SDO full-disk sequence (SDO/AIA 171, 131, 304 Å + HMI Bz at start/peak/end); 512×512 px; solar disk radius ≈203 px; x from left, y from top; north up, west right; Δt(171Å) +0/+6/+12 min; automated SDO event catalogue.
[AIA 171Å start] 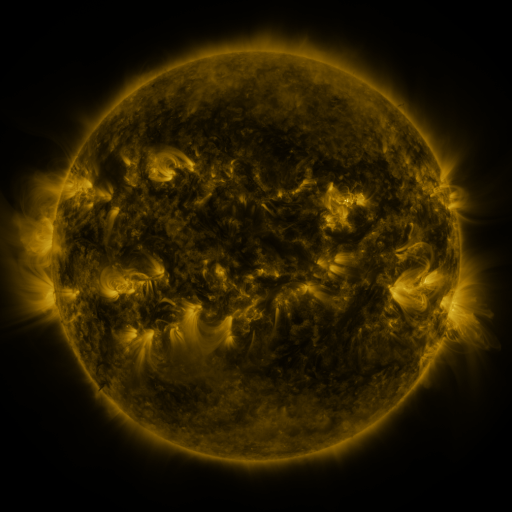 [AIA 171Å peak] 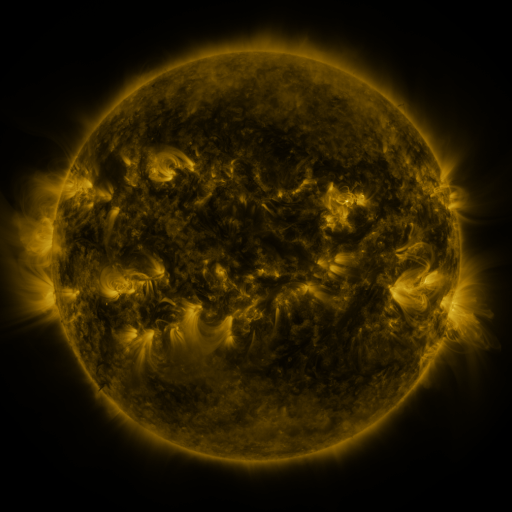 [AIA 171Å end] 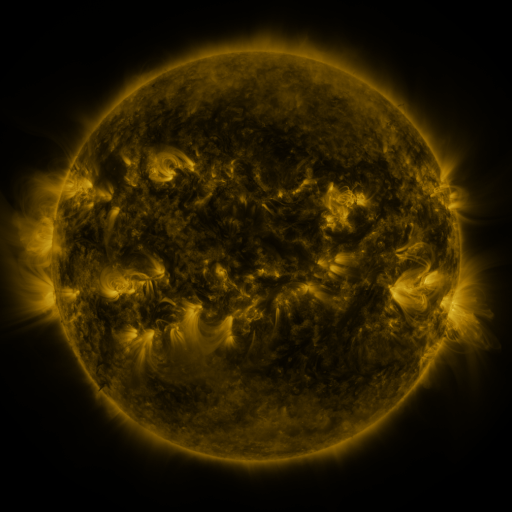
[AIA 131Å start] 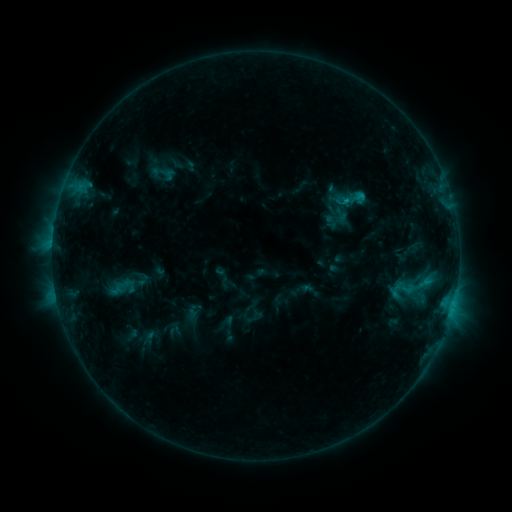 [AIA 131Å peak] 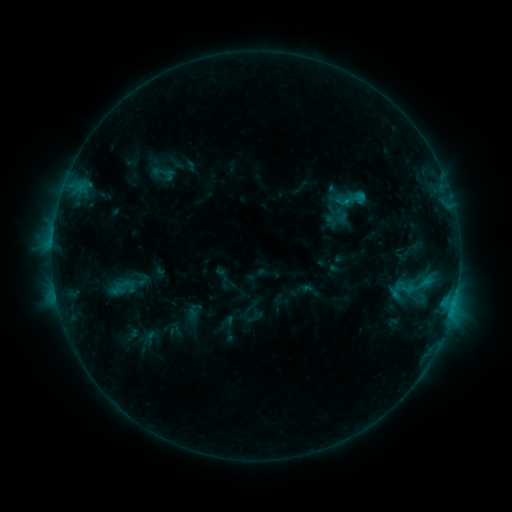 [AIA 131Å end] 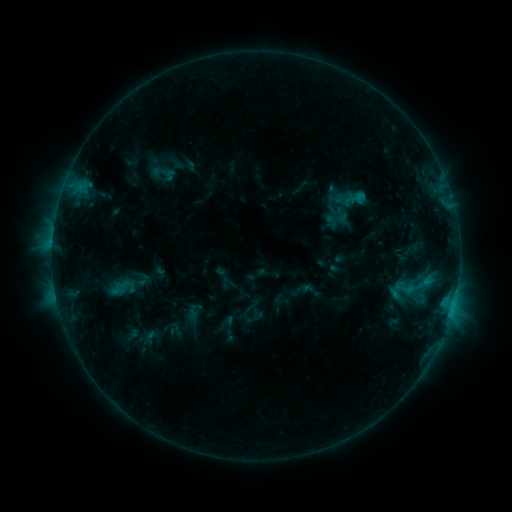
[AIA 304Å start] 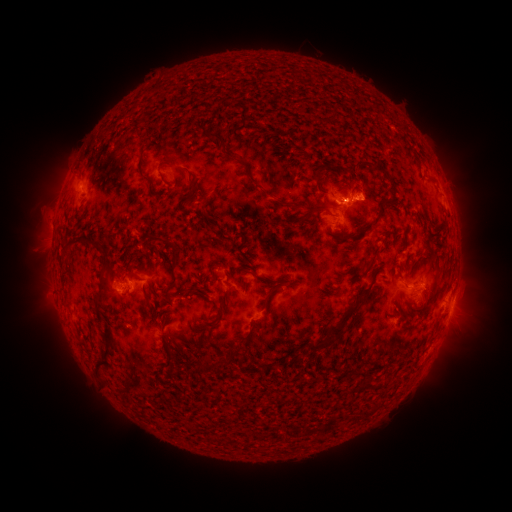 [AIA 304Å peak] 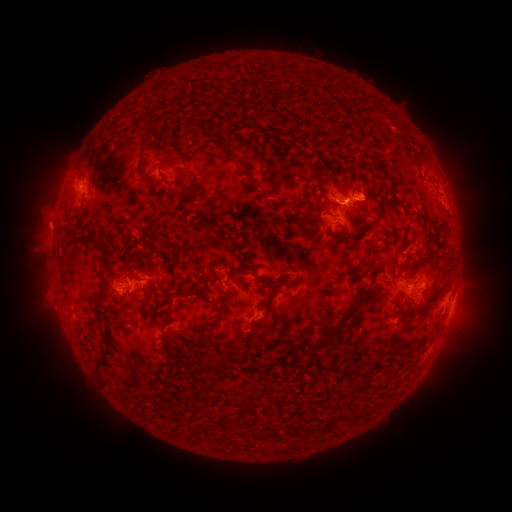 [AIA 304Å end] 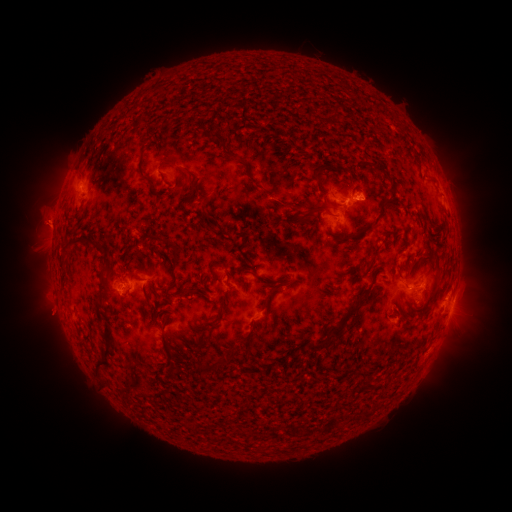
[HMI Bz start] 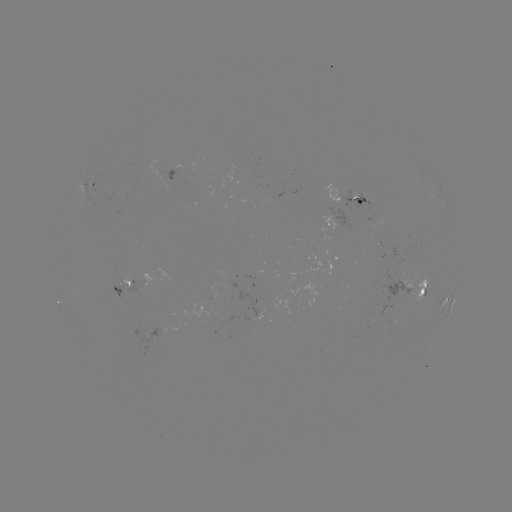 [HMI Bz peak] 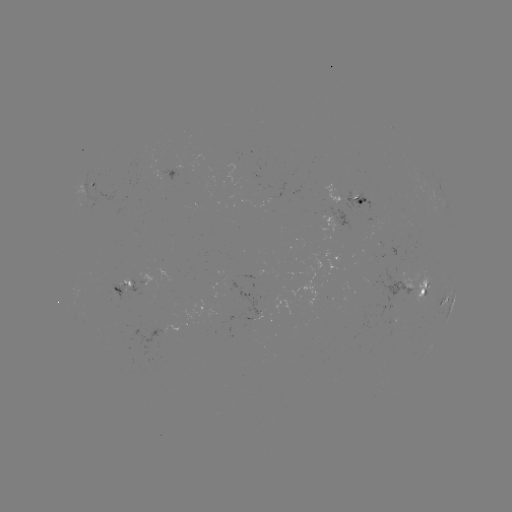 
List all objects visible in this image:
eruption: (46, 223)
